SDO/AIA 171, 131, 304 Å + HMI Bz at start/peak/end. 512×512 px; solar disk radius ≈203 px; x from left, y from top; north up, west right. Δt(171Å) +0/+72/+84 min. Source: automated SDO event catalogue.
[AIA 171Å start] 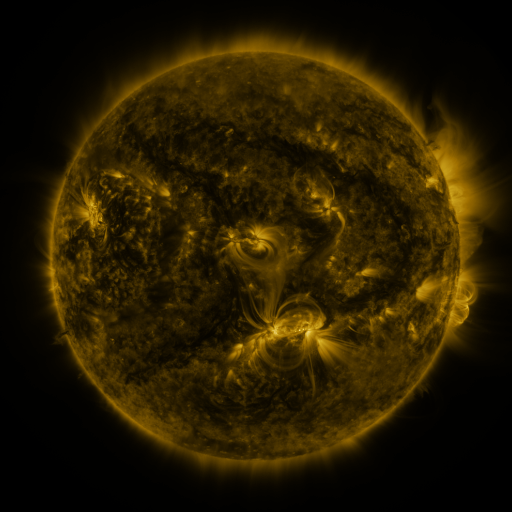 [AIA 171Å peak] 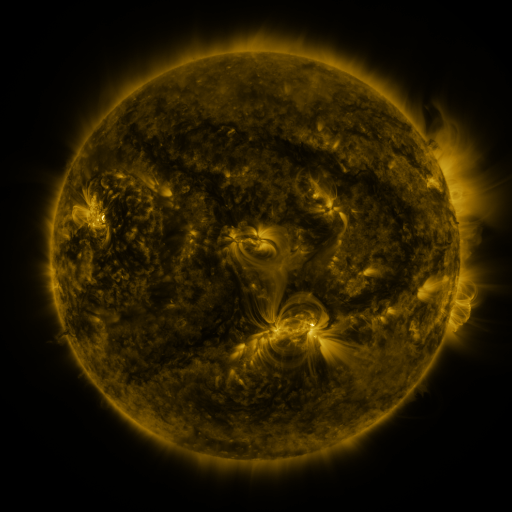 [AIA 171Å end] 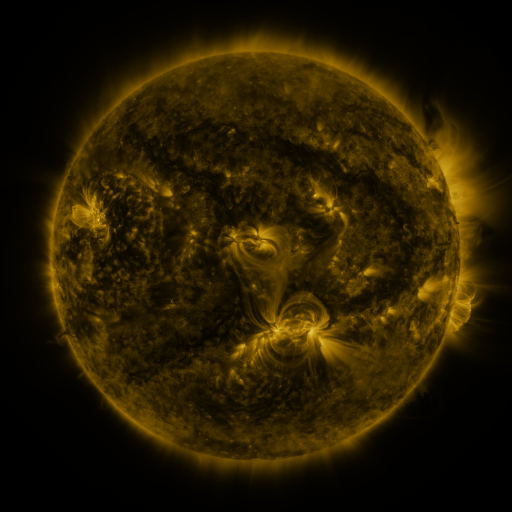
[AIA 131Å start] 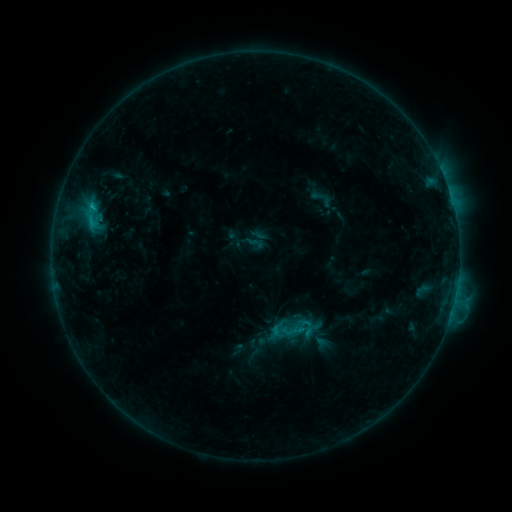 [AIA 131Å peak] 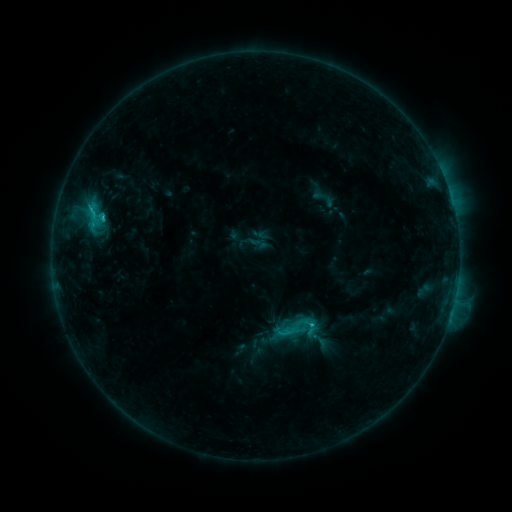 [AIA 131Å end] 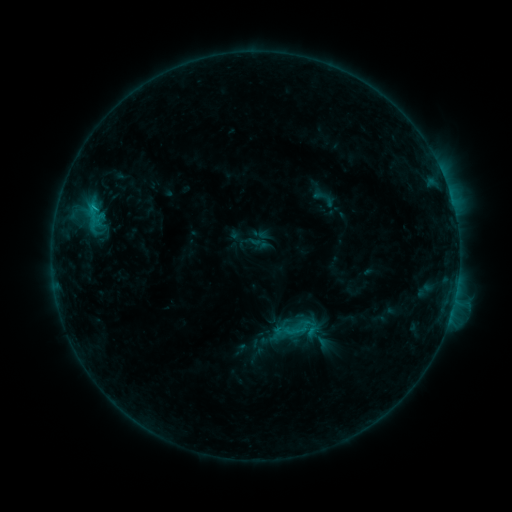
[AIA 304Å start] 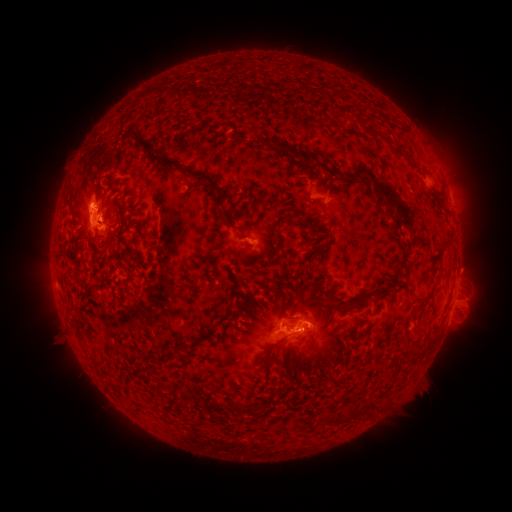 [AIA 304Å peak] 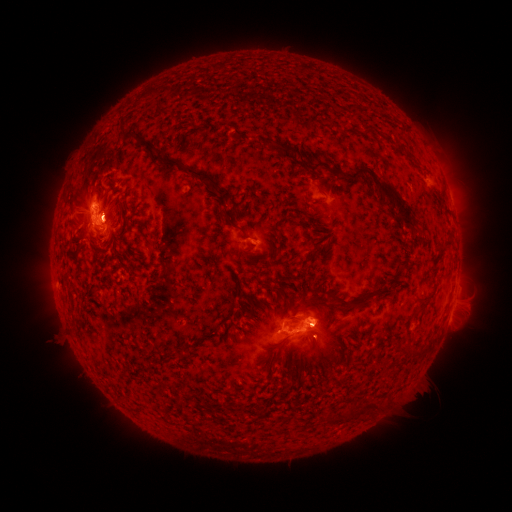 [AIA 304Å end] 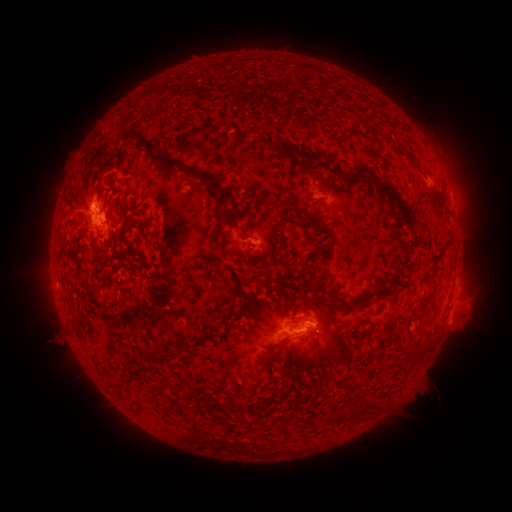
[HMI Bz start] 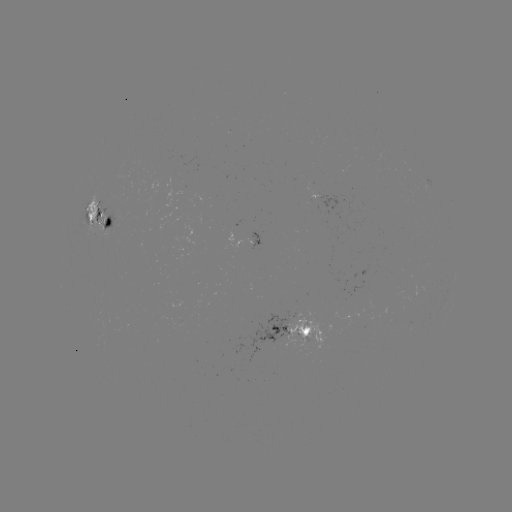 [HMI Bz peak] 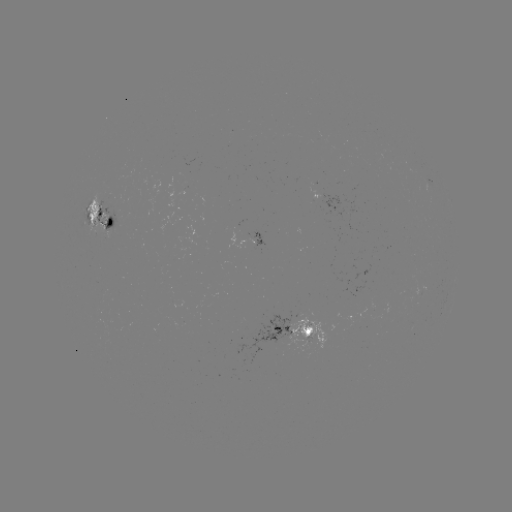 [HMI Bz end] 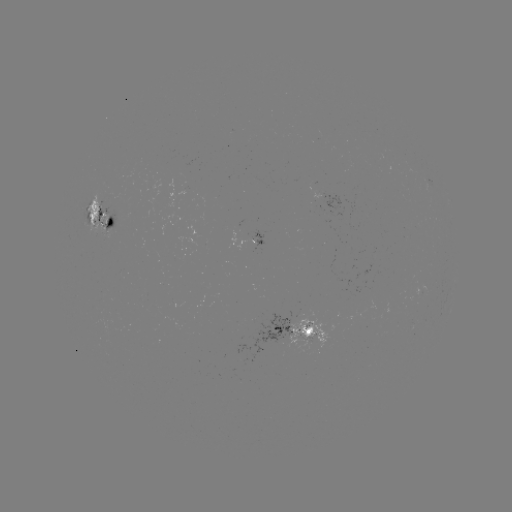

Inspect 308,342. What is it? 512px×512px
emerging-flux region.